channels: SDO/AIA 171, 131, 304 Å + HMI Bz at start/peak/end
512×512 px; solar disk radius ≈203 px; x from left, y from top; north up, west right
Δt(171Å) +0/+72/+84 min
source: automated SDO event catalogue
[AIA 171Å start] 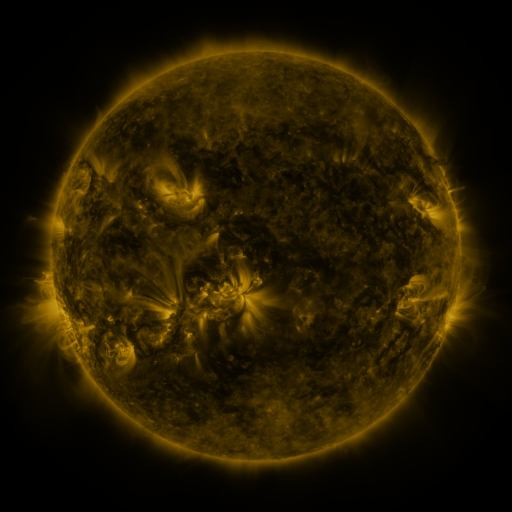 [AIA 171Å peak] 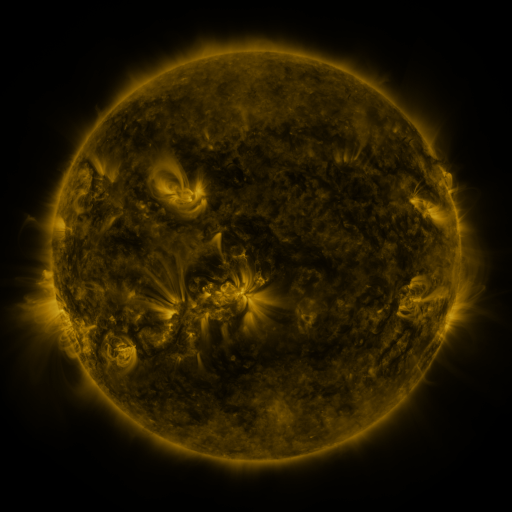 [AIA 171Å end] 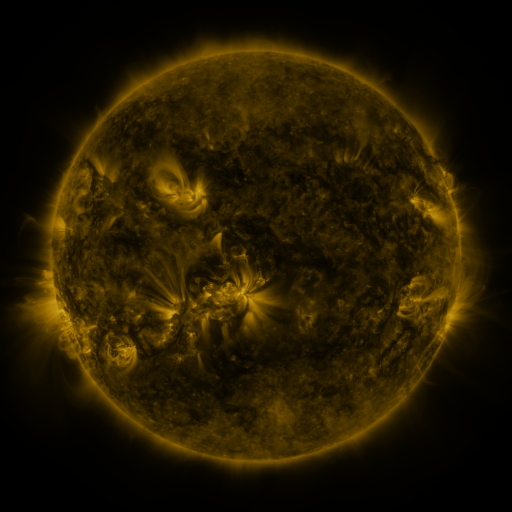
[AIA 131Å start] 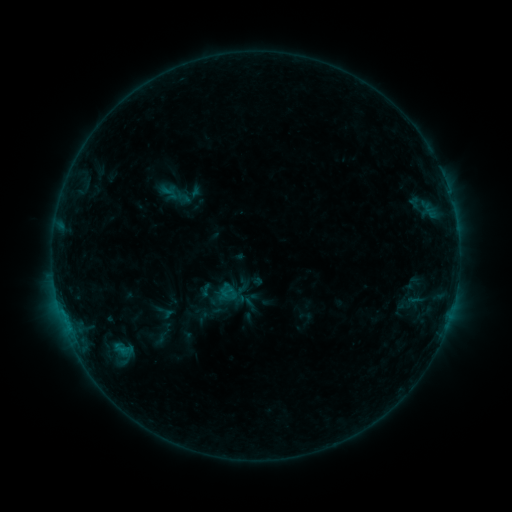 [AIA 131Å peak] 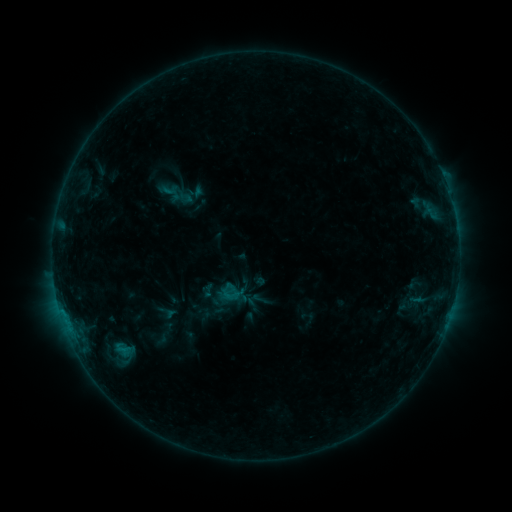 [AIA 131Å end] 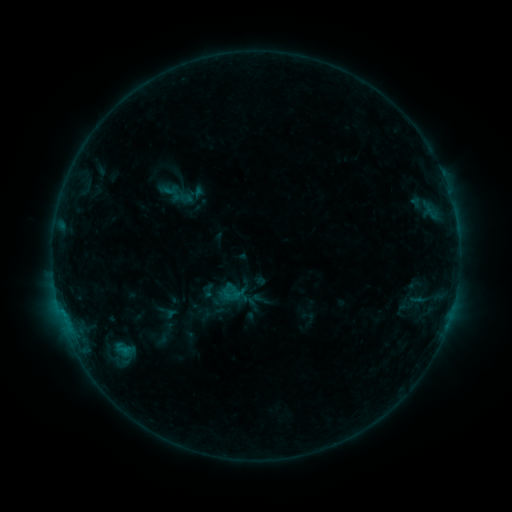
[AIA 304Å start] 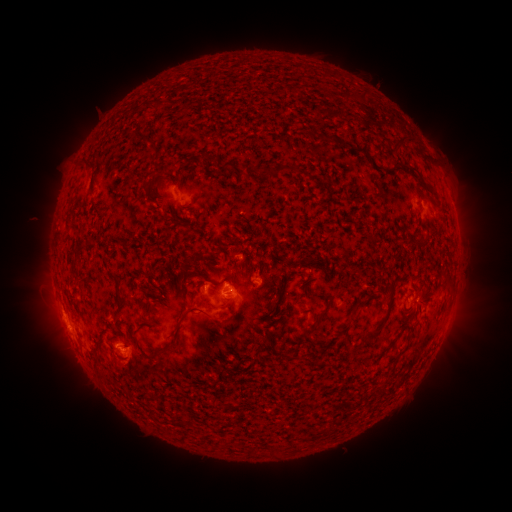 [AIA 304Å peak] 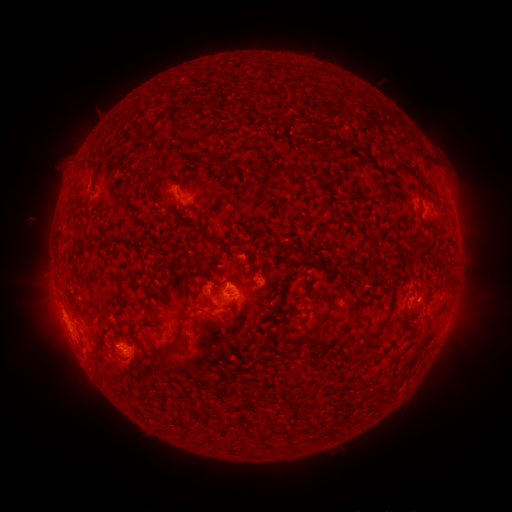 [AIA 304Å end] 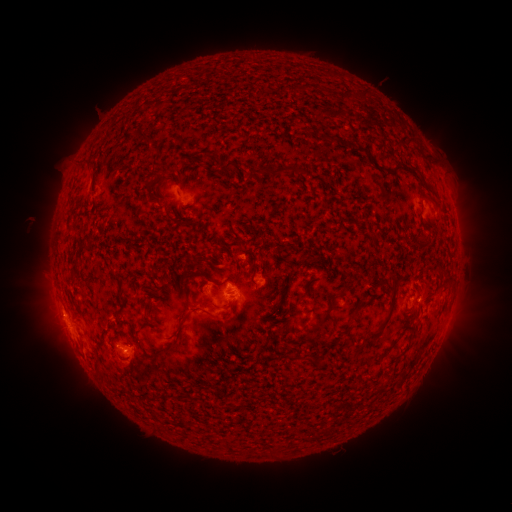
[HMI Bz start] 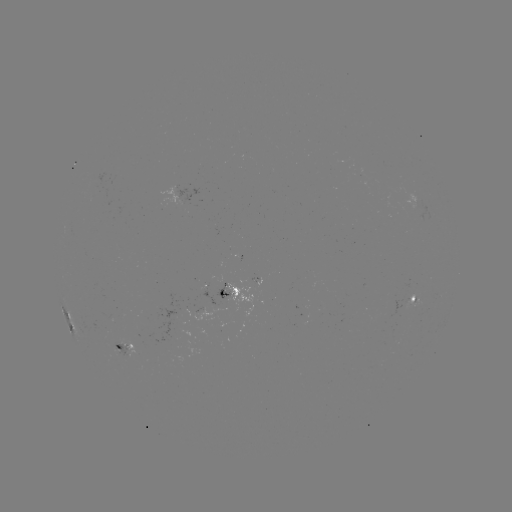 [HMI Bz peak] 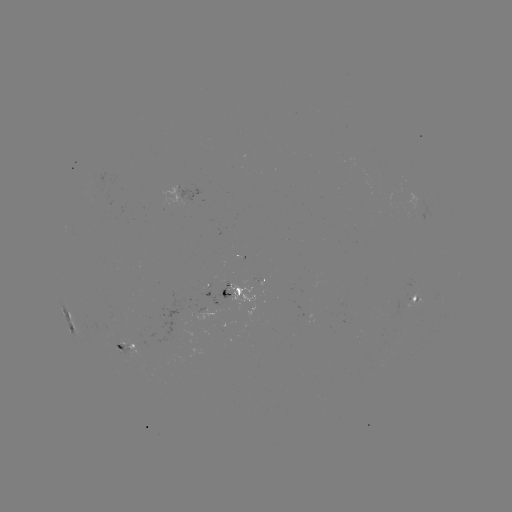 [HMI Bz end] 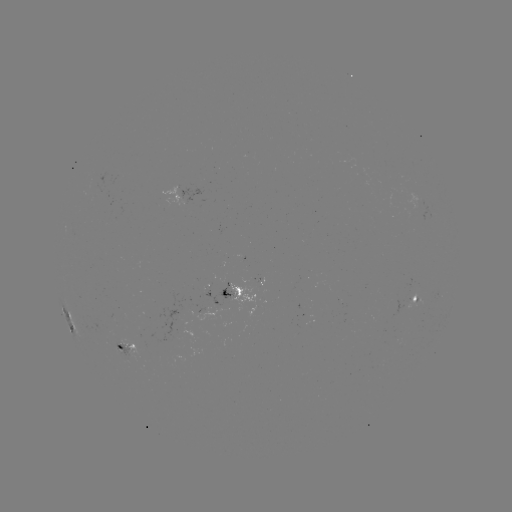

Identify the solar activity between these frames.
emerging-flux region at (225, 301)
